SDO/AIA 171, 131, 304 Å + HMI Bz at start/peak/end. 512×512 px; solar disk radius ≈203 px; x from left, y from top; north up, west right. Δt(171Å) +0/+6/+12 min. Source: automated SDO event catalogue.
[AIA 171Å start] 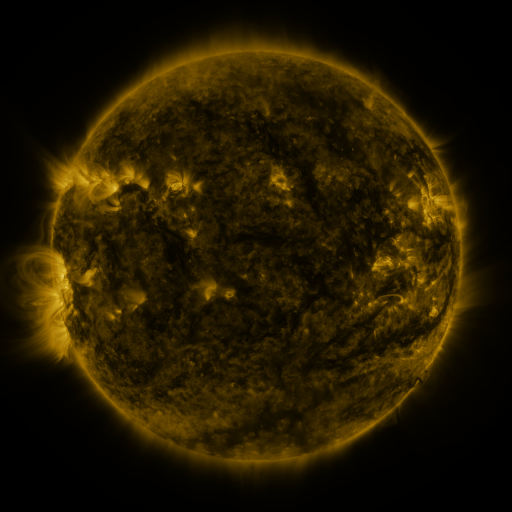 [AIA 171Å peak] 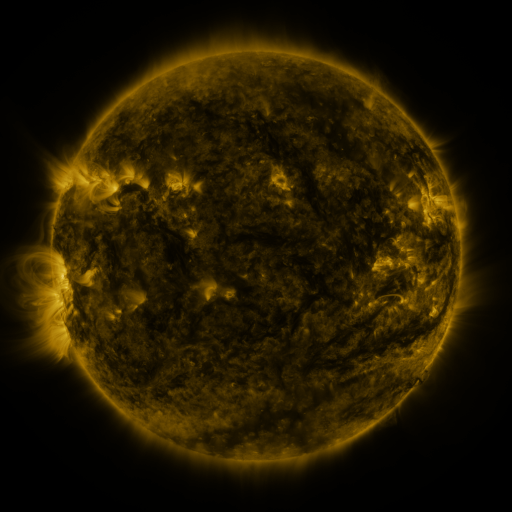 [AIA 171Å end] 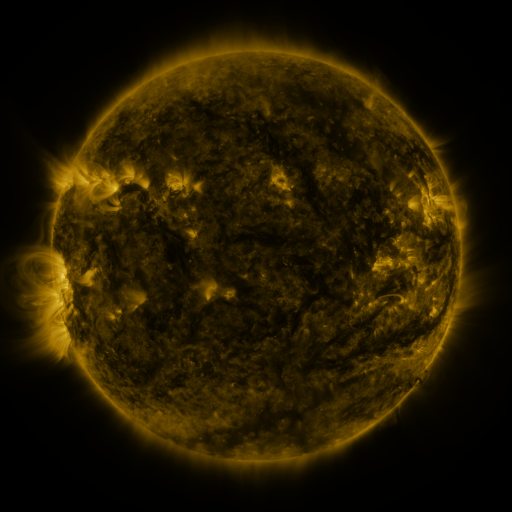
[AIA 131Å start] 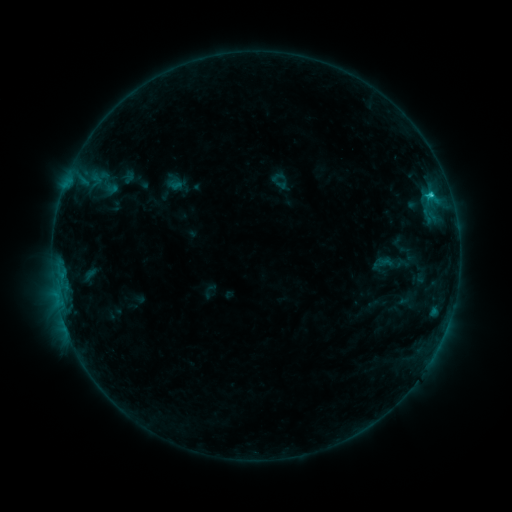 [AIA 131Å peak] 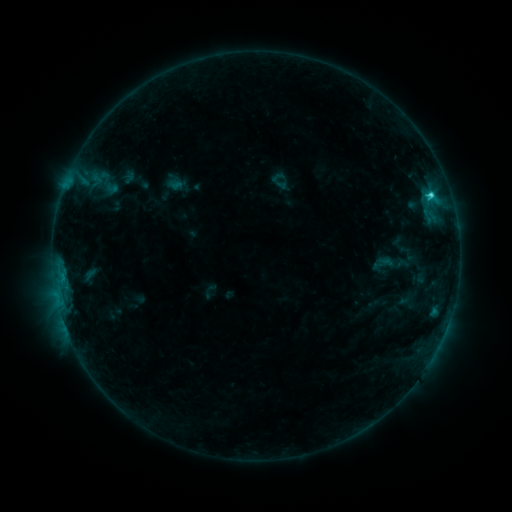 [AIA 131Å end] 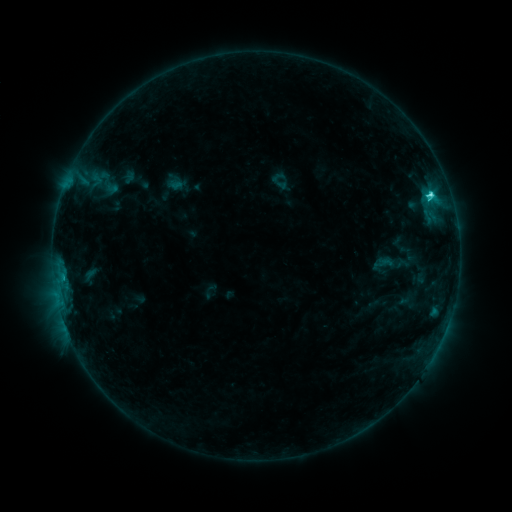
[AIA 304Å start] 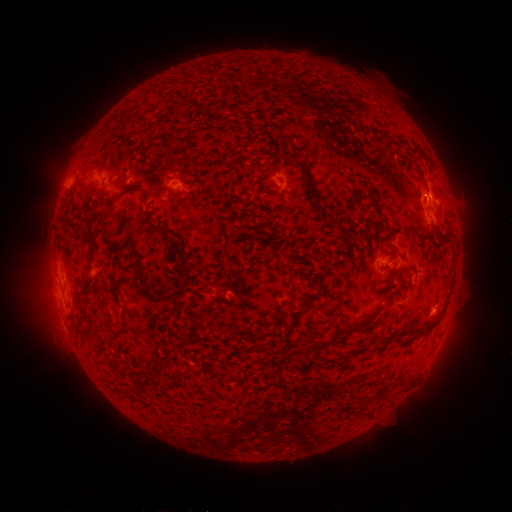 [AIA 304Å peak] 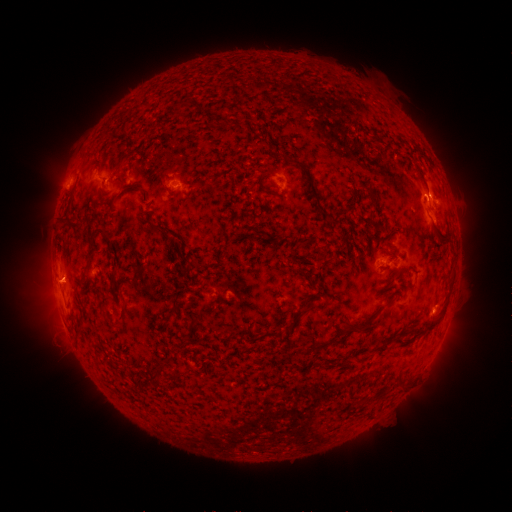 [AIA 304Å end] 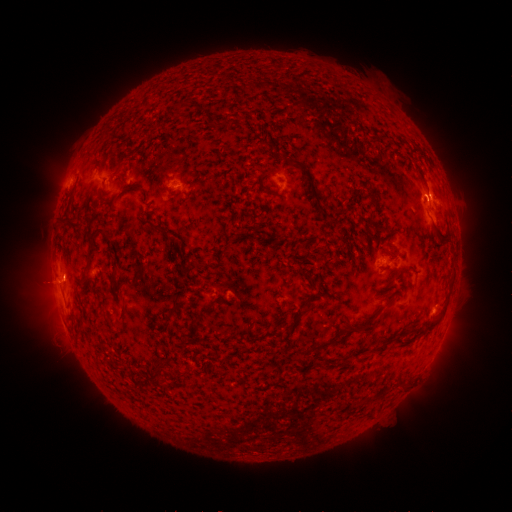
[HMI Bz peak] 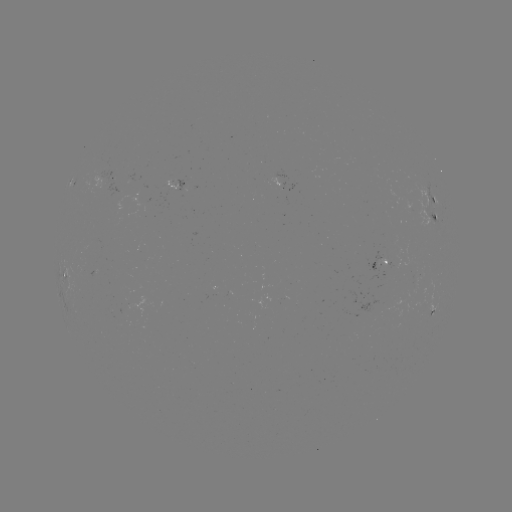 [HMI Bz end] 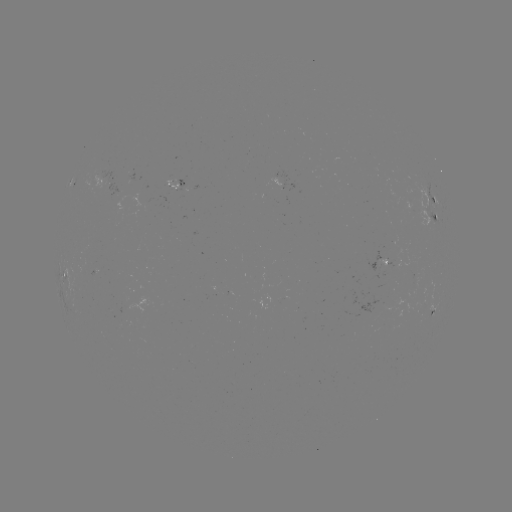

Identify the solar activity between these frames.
eruption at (53, 283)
